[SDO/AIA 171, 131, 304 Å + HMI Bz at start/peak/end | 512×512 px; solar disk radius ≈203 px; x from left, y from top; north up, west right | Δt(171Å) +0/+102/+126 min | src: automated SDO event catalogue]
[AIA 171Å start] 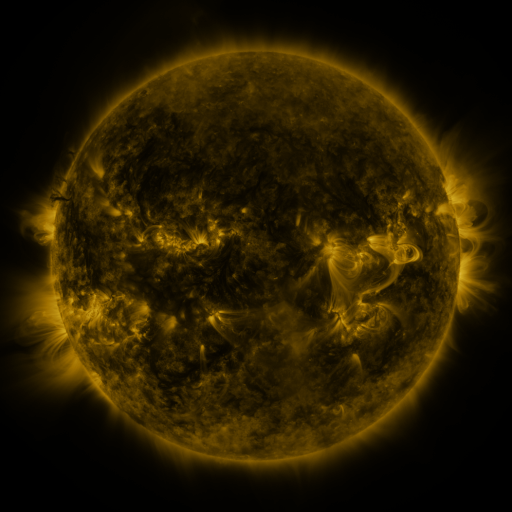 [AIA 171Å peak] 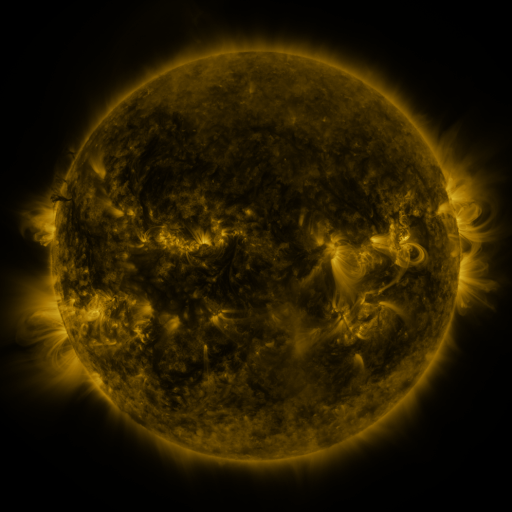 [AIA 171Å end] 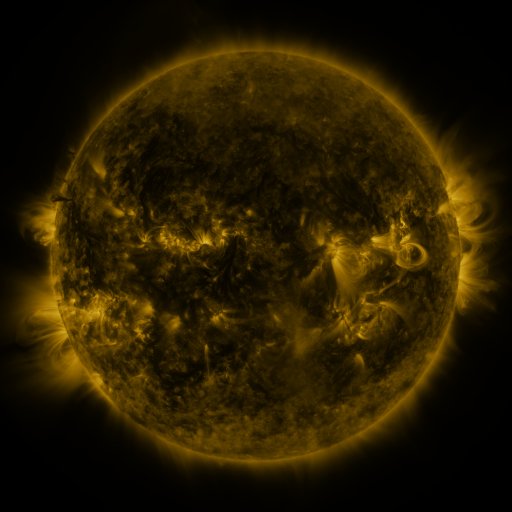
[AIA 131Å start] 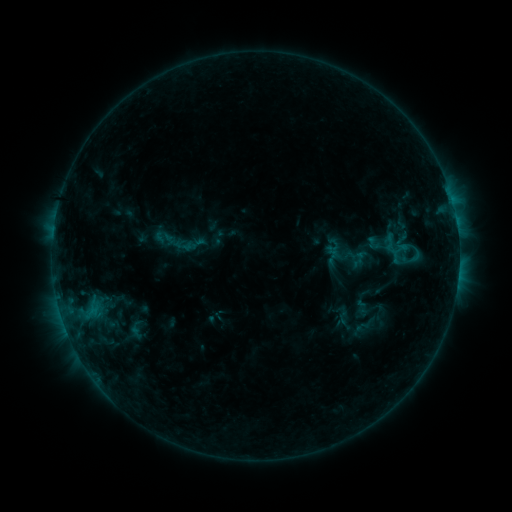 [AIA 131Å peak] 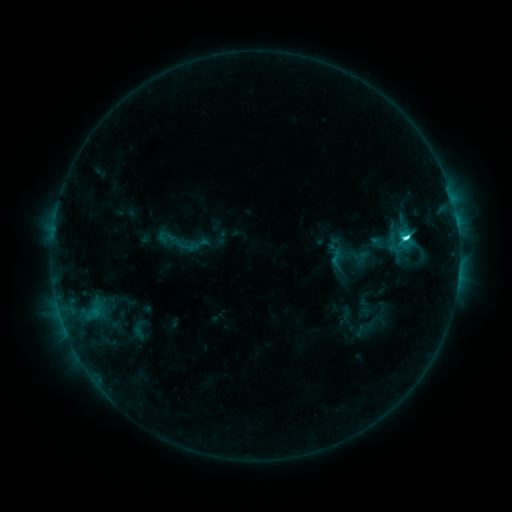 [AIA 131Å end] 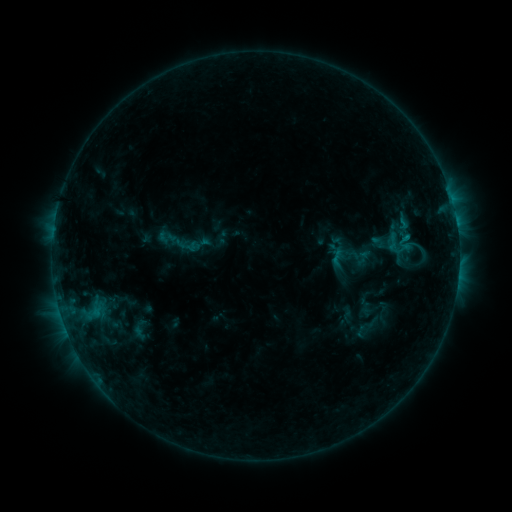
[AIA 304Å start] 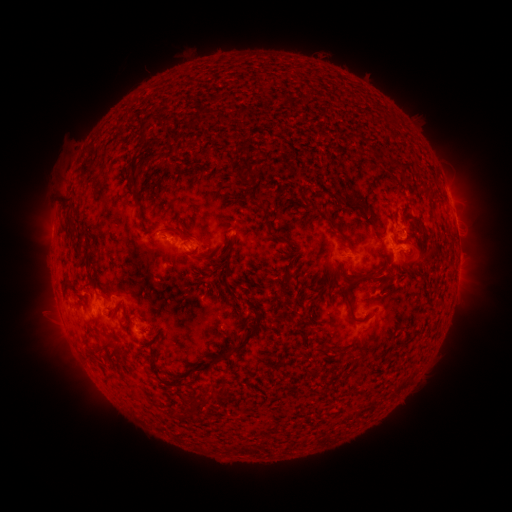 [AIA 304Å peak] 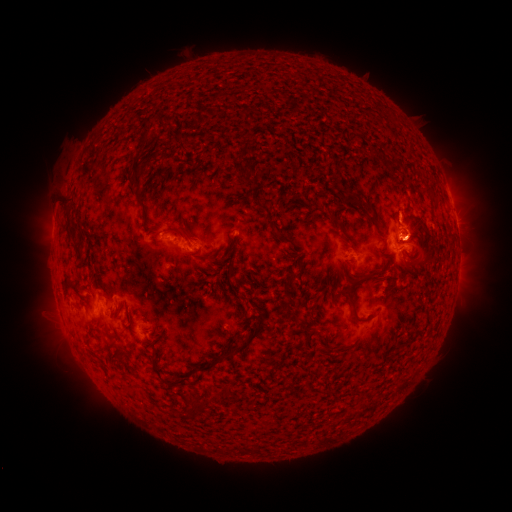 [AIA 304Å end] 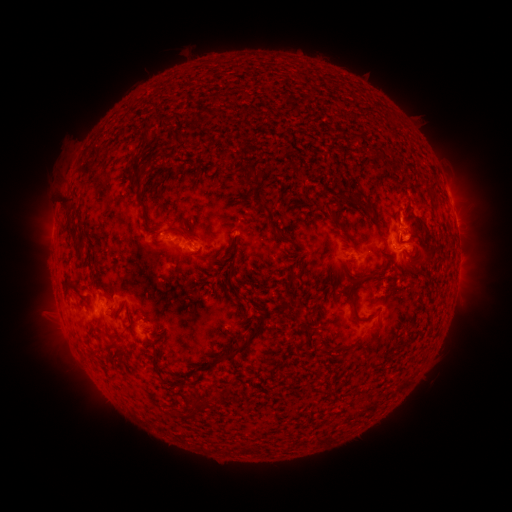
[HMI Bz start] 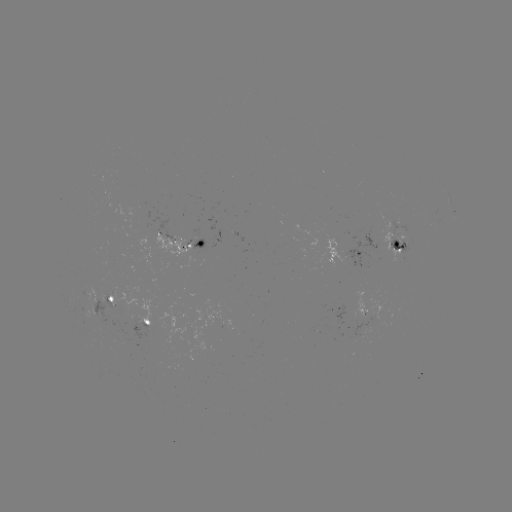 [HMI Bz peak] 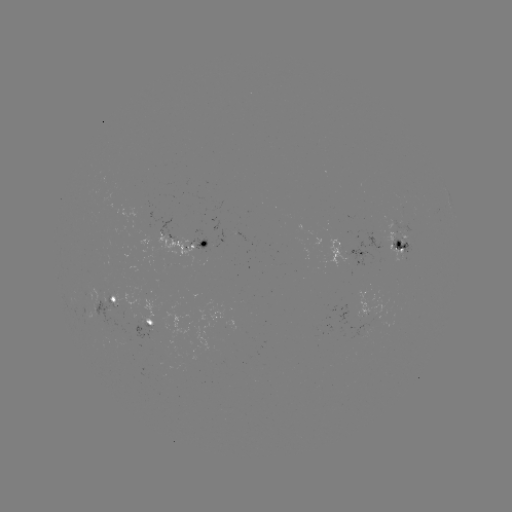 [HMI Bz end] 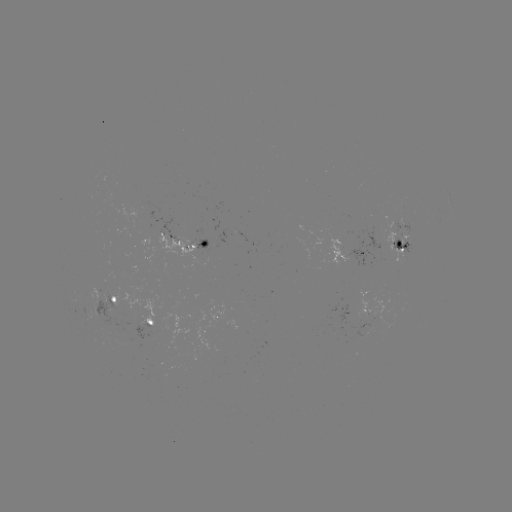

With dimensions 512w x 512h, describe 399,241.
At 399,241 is emerging-flux region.